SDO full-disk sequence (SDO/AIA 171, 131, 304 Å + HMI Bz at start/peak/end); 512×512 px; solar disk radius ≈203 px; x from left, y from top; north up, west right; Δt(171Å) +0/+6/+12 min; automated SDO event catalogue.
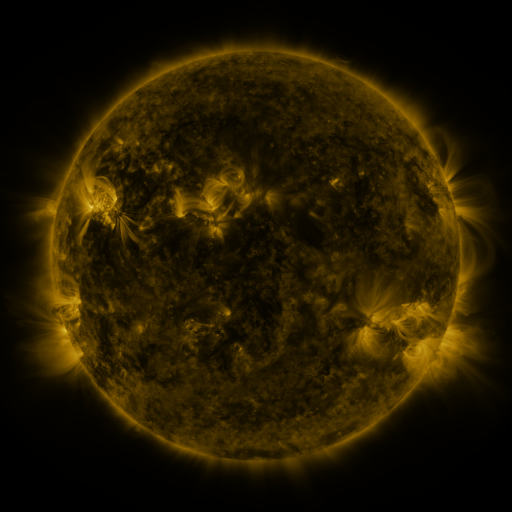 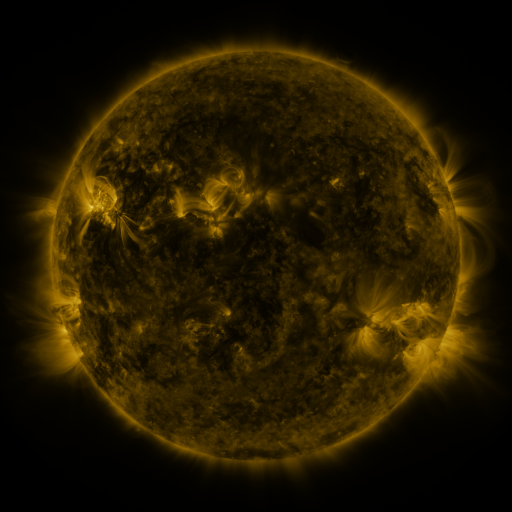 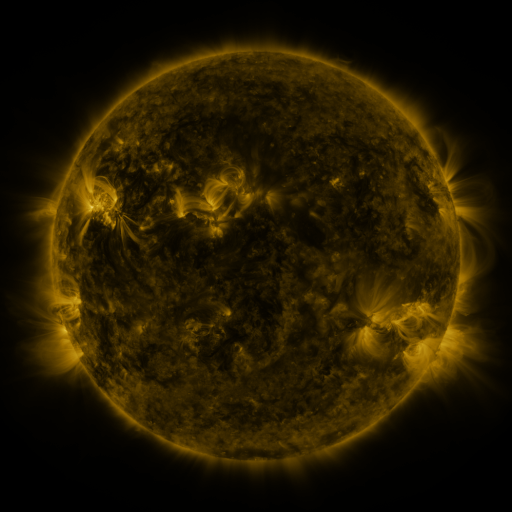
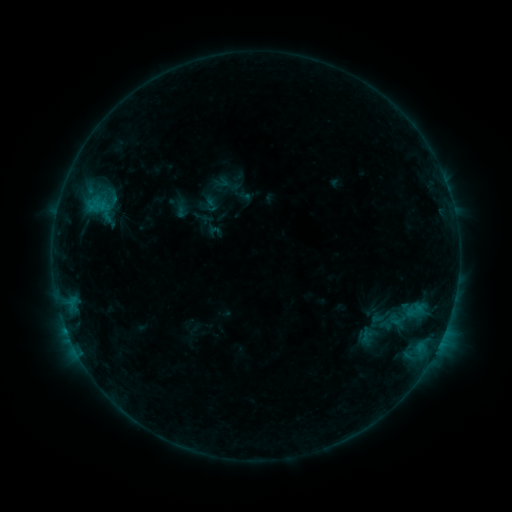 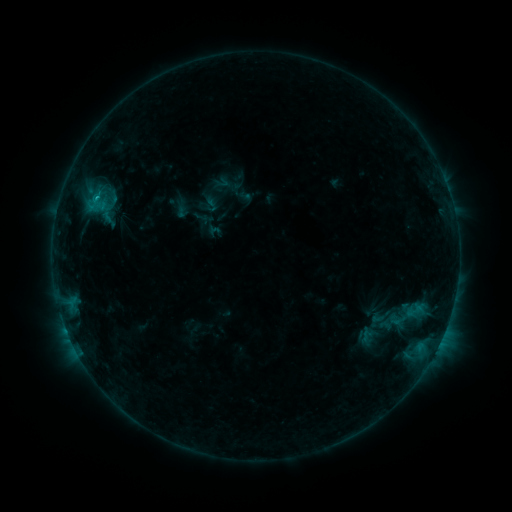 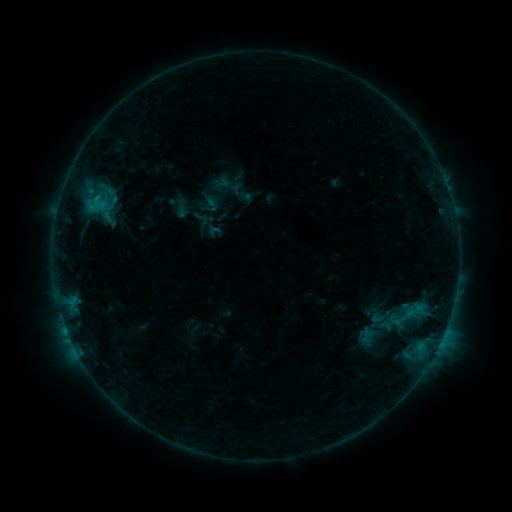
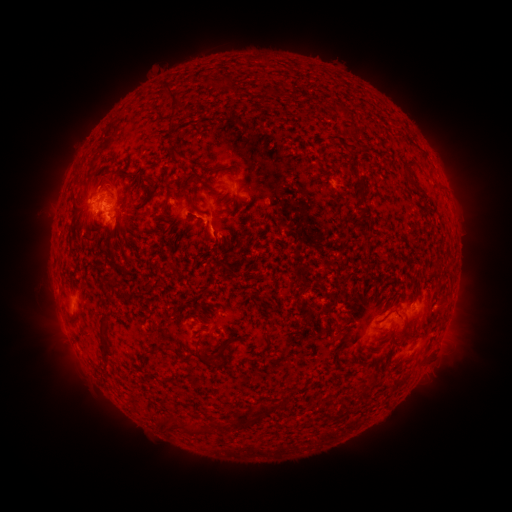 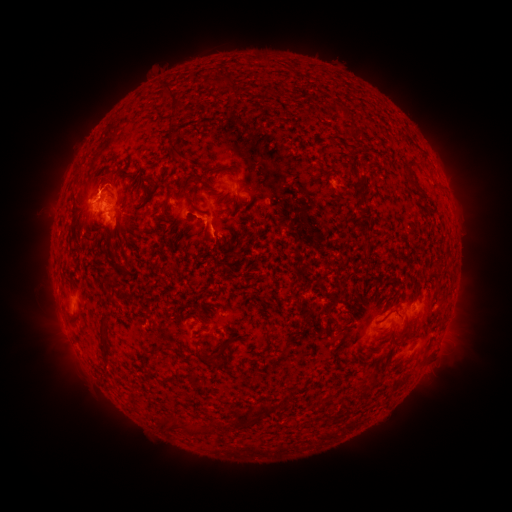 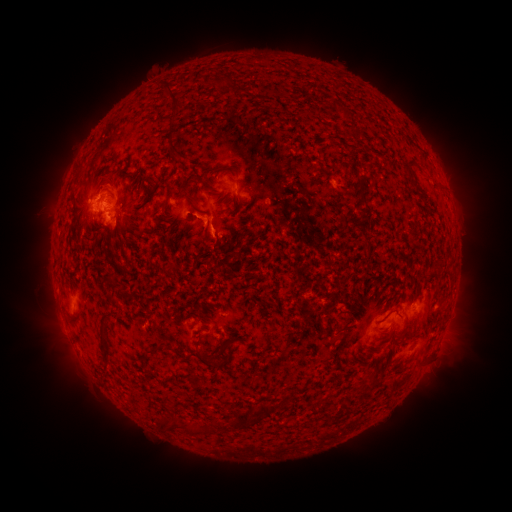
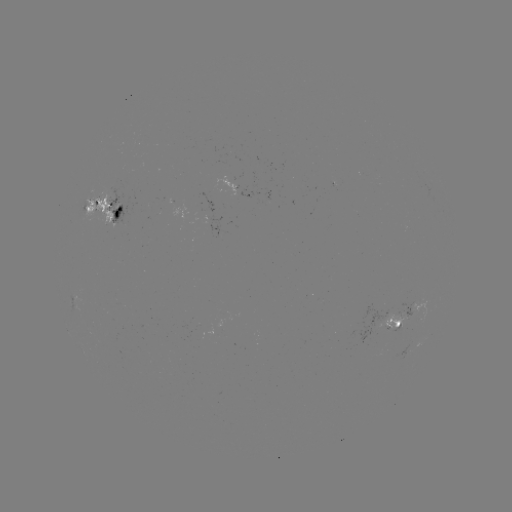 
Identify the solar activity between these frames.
B7.4 flare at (98, 196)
